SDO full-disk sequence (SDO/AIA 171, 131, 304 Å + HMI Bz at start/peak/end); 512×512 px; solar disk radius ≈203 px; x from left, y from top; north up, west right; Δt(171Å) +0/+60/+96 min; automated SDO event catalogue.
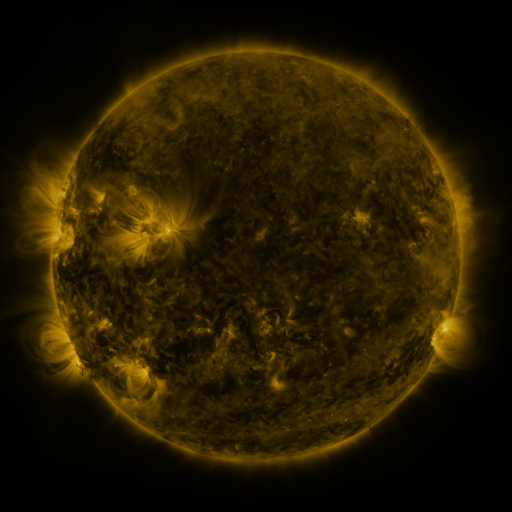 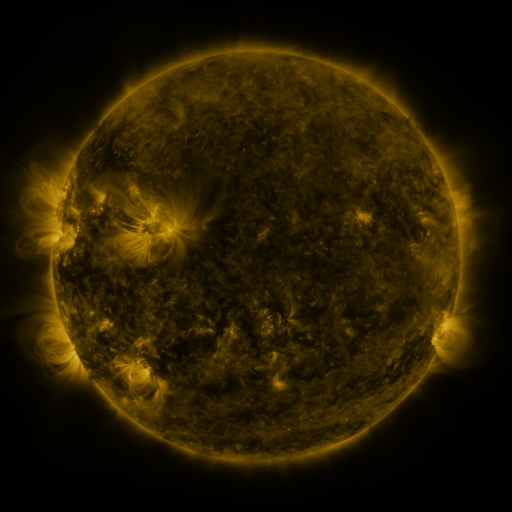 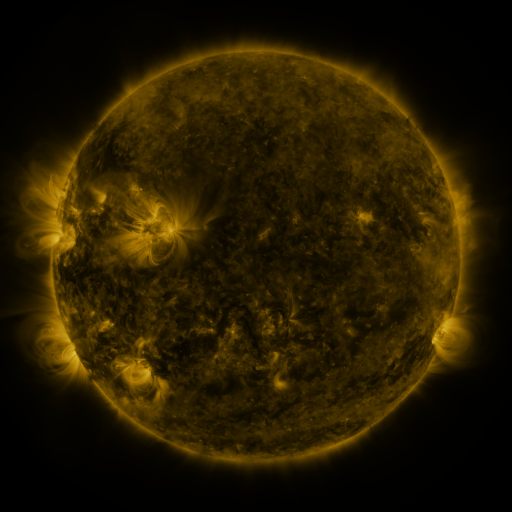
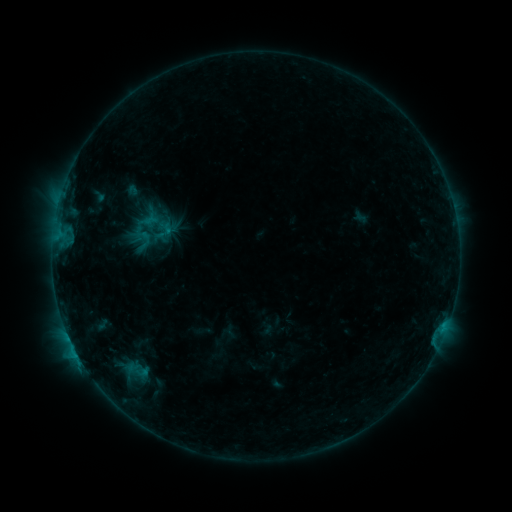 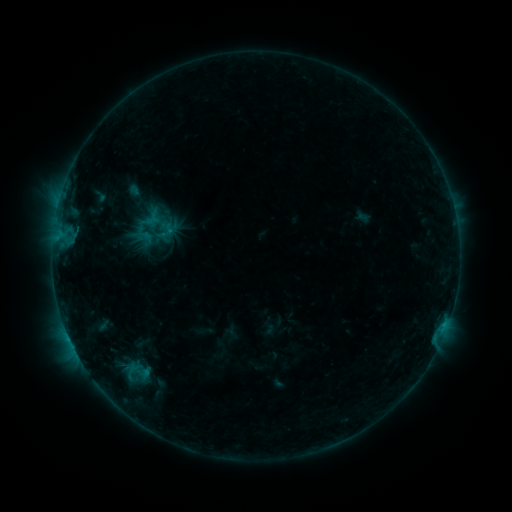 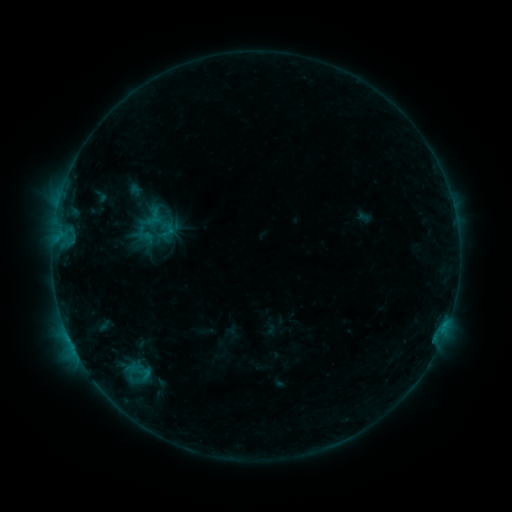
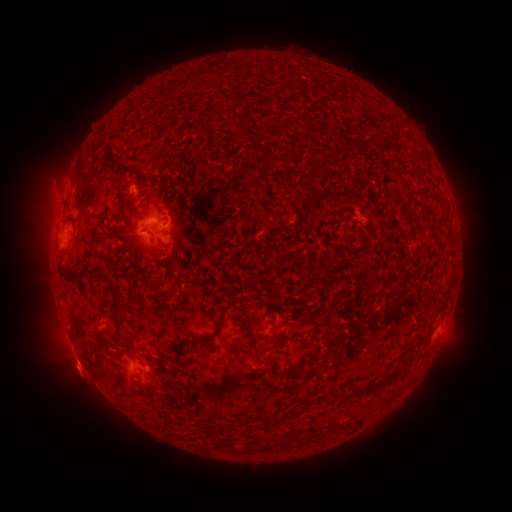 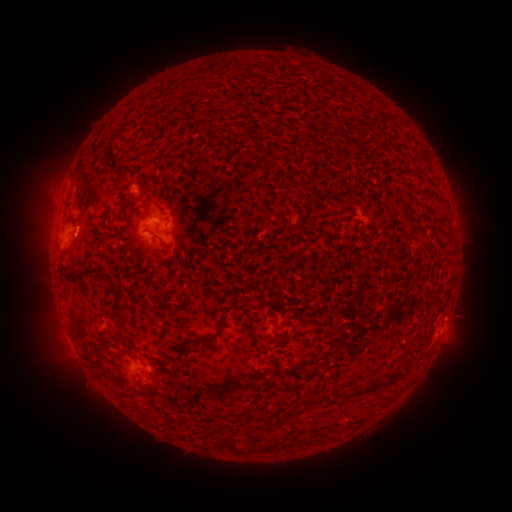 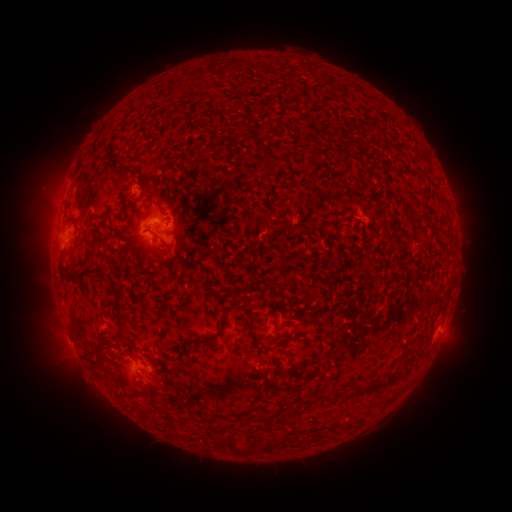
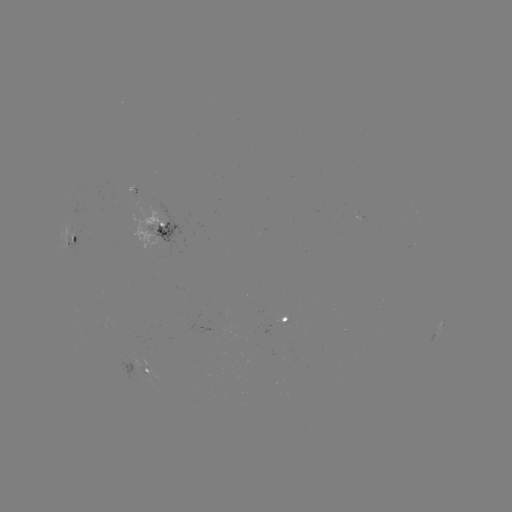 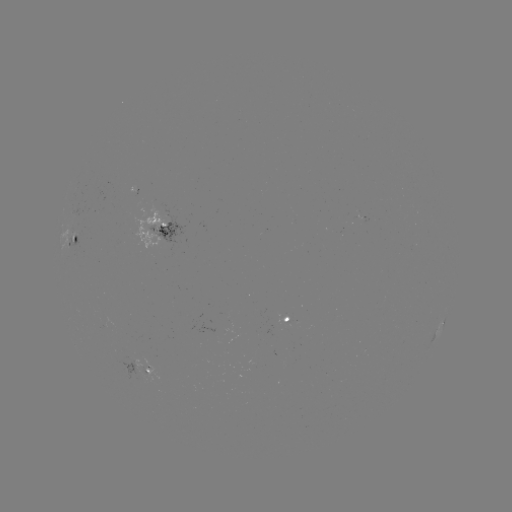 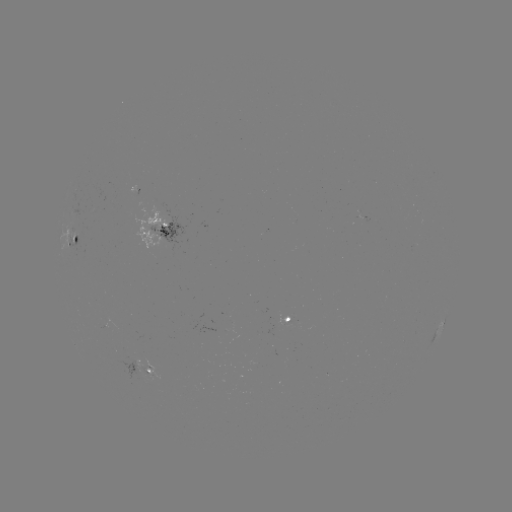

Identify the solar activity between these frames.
emerging-flux region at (161, 231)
